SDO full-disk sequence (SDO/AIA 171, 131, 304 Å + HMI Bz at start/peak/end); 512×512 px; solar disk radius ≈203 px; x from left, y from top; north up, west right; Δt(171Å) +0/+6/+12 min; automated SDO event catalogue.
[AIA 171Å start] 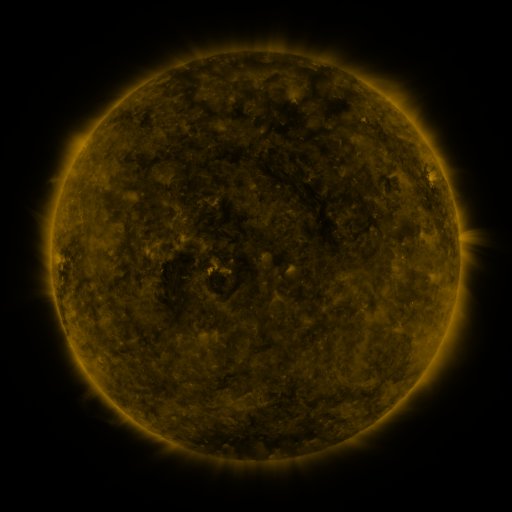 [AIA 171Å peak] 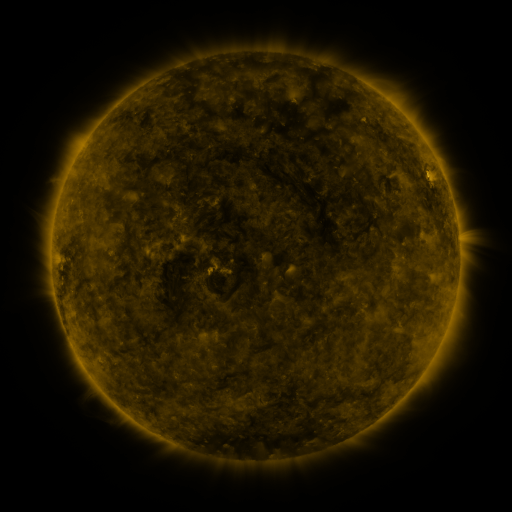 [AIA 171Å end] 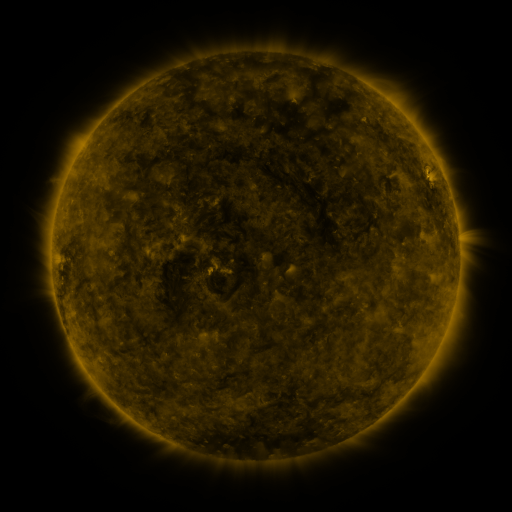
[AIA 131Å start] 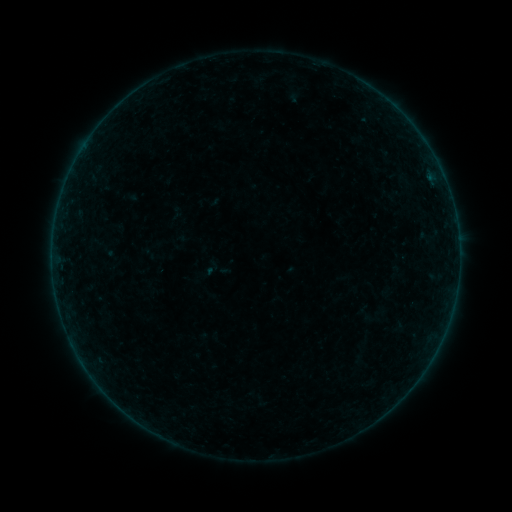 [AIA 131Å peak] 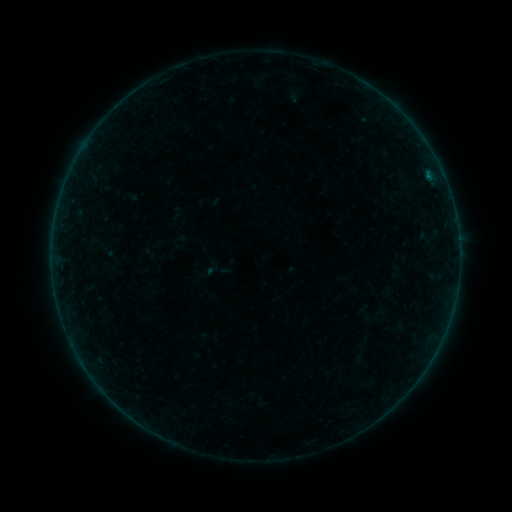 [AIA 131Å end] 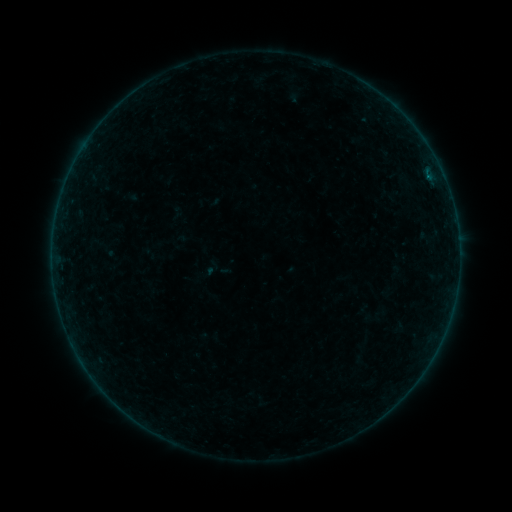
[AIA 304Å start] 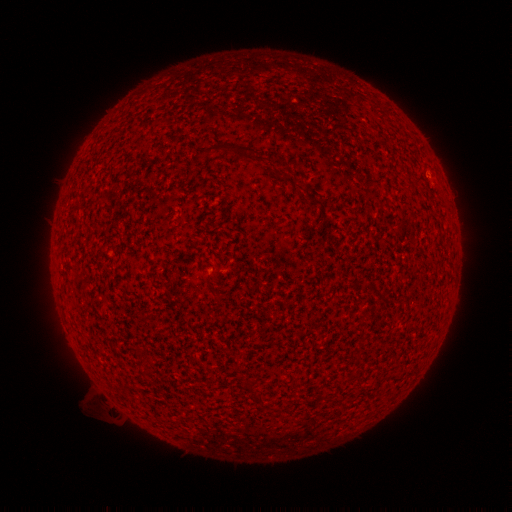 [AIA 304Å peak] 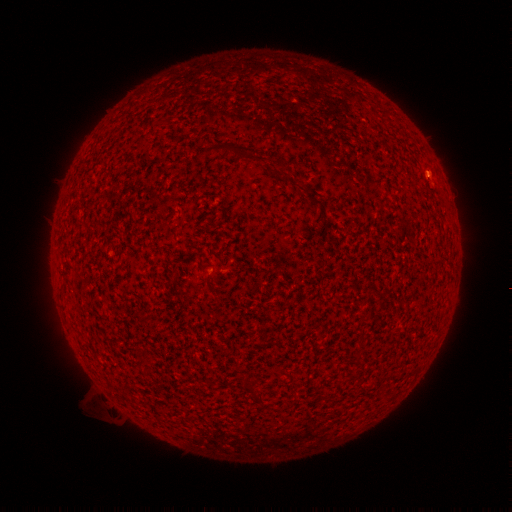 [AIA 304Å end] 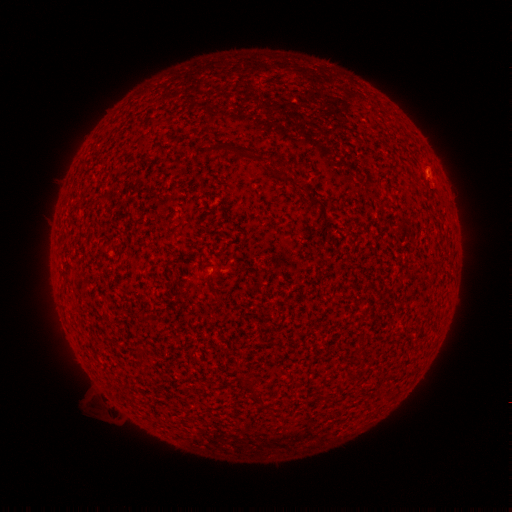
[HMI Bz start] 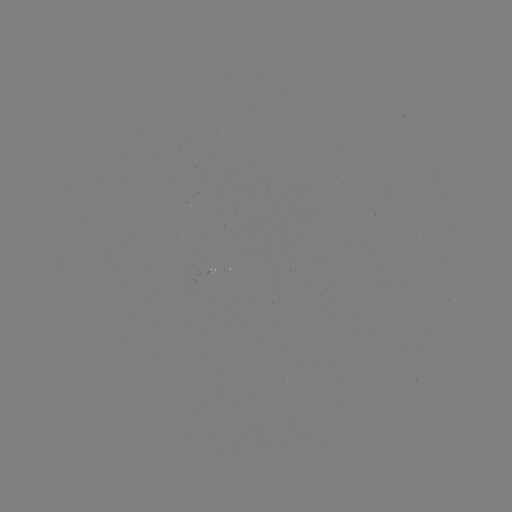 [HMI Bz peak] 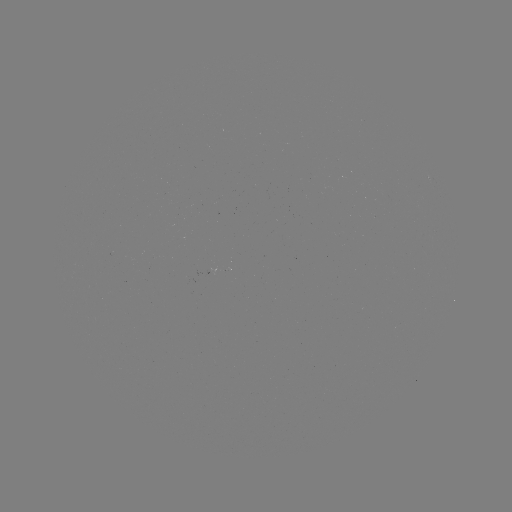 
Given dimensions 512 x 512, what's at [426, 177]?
A7.6 flare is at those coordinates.